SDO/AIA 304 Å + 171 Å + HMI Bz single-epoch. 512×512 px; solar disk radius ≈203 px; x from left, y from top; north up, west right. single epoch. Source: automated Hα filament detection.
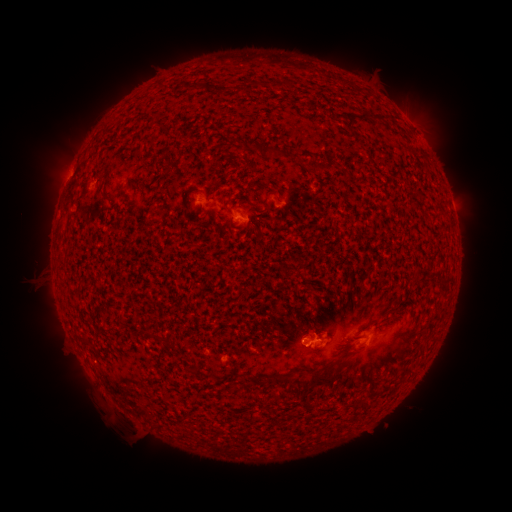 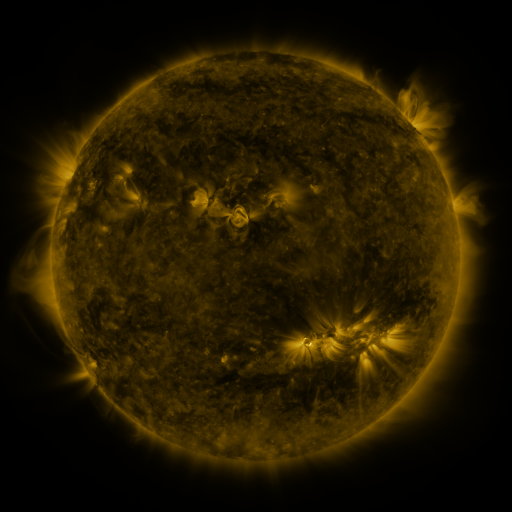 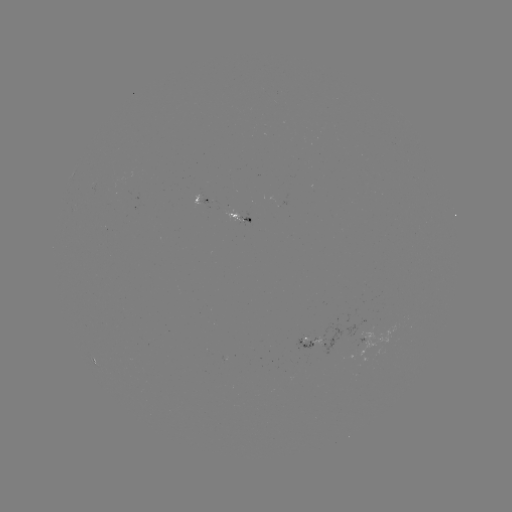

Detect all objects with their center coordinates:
filament: (267, 149, 275, 158)
filament: (236, 202, 246, 219)
filament: (339, 349, 353, 359)
filament: (302, 364, 331, 390)
filament: (270, 374, 280, 383)
